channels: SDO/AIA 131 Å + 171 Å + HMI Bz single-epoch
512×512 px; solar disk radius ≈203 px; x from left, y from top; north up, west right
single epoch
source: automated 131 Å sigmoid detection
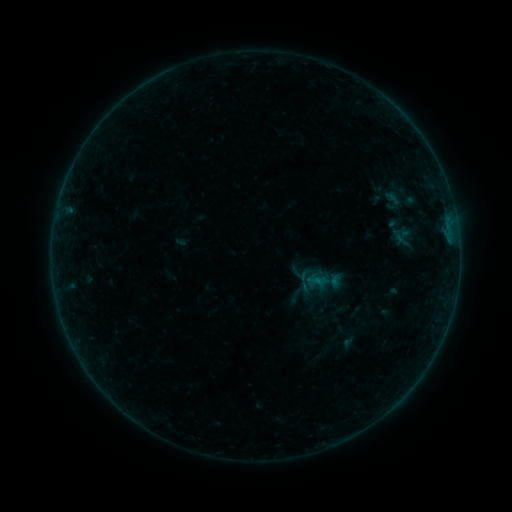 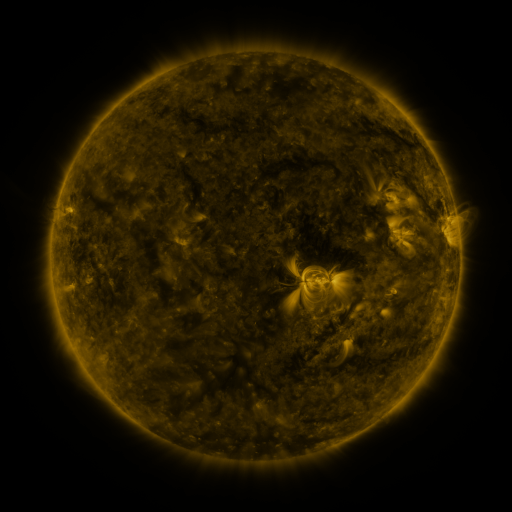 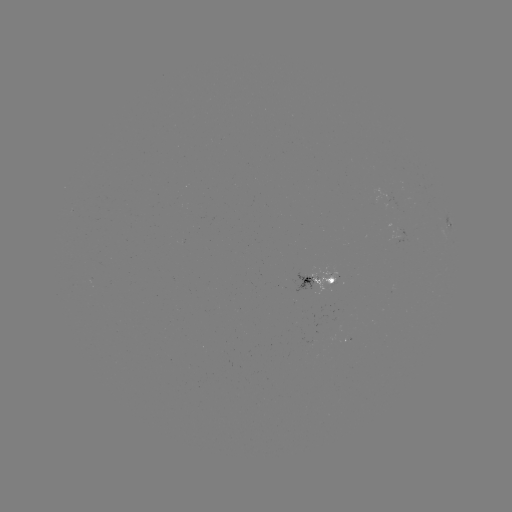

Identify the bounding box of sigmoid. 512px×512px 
[308, 272, 327, 291].